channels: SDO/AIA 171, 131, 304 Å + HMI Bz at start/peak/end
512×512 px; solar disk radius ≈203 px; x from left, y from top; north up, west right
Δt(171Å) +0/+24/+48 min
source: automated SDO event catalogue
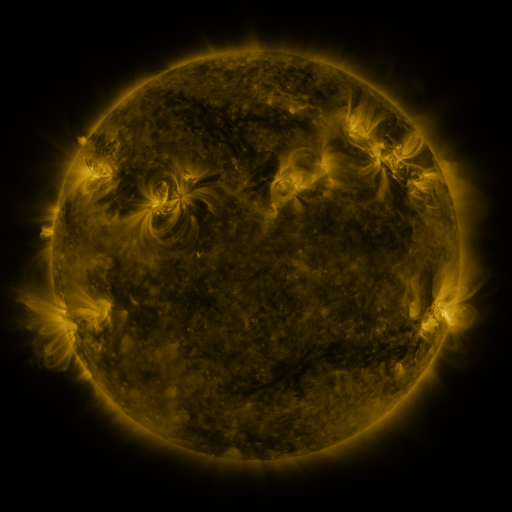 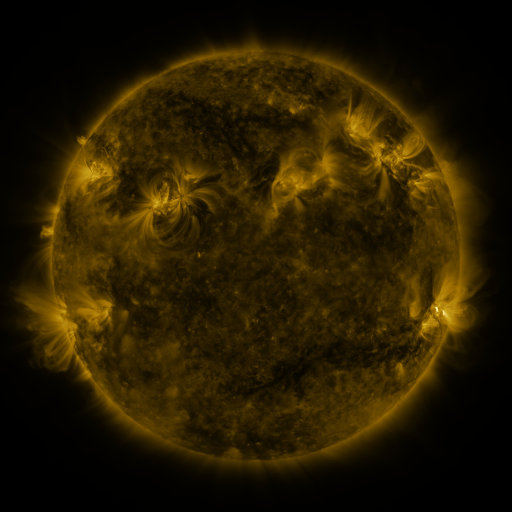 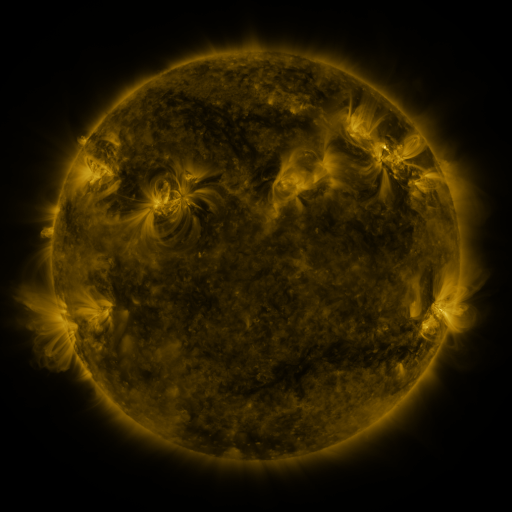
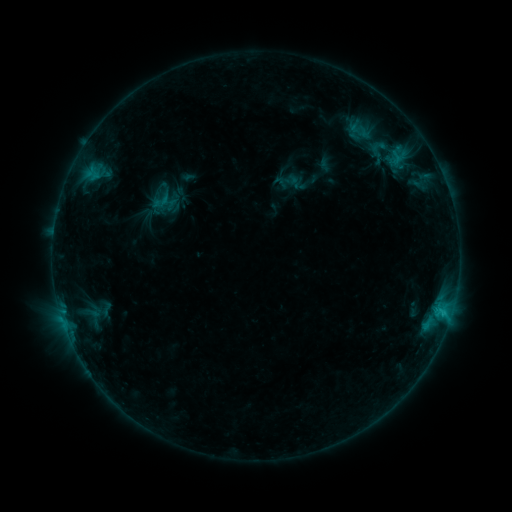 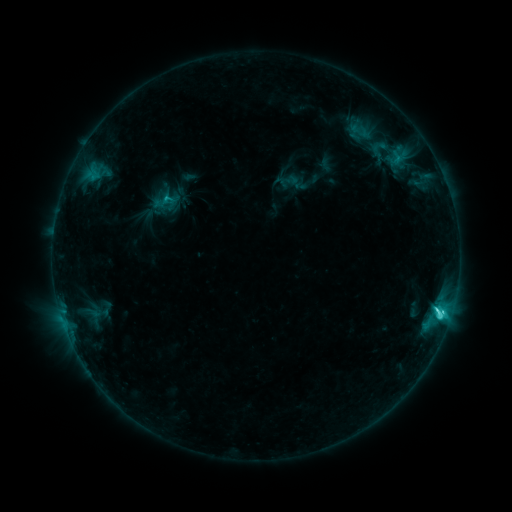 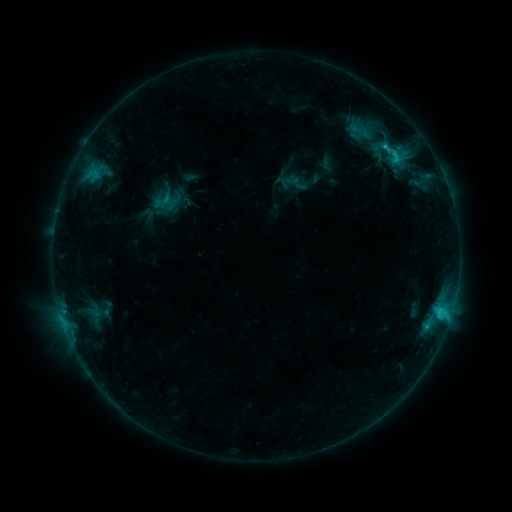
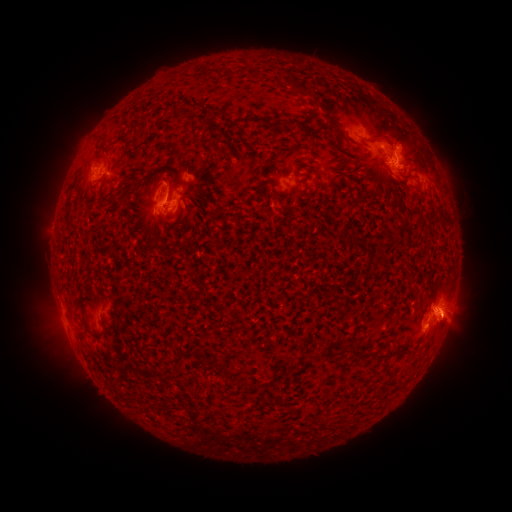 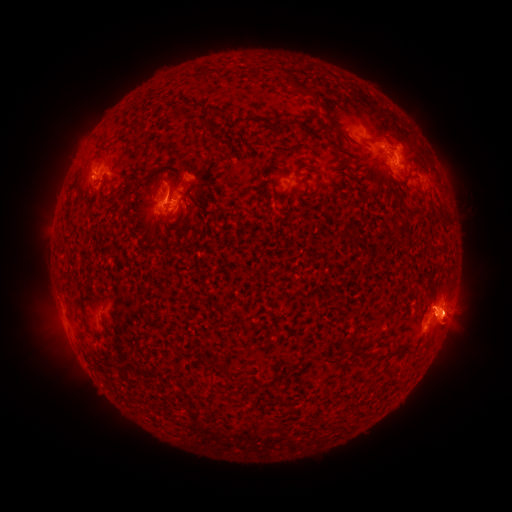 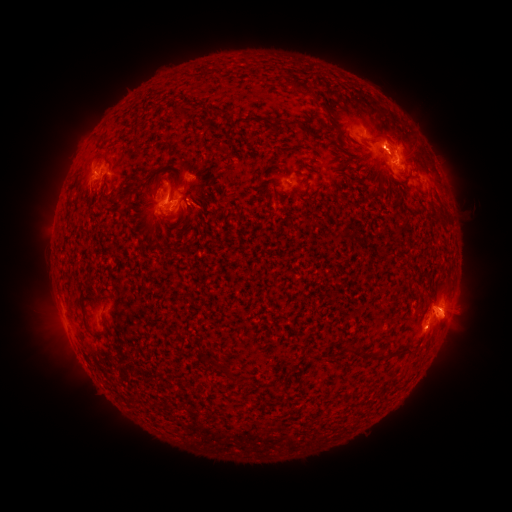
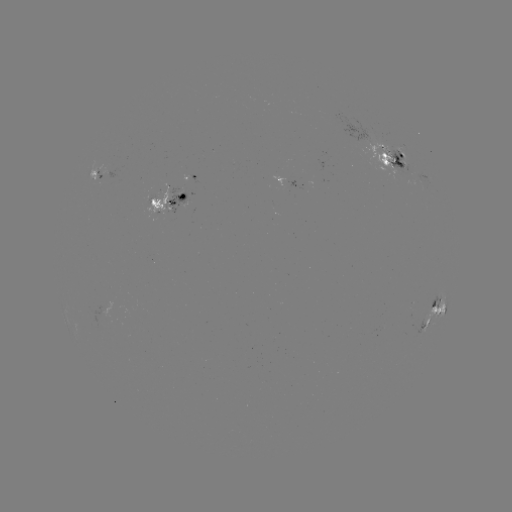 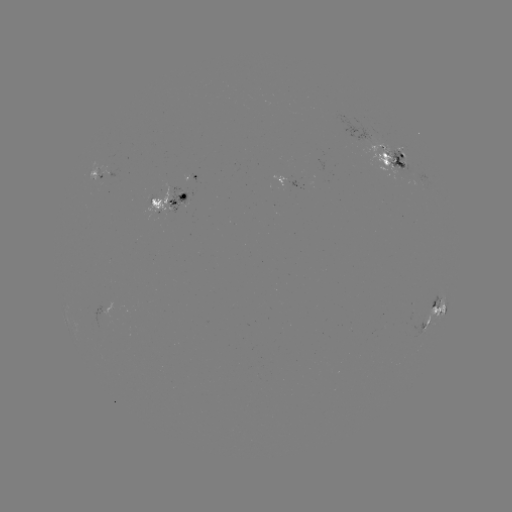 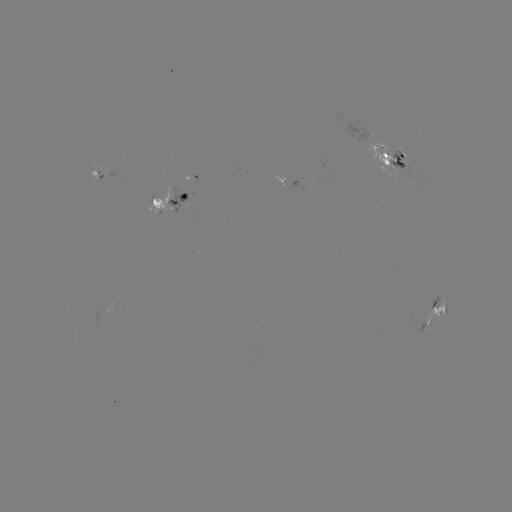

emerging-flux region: [379, 146, 414, 177]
